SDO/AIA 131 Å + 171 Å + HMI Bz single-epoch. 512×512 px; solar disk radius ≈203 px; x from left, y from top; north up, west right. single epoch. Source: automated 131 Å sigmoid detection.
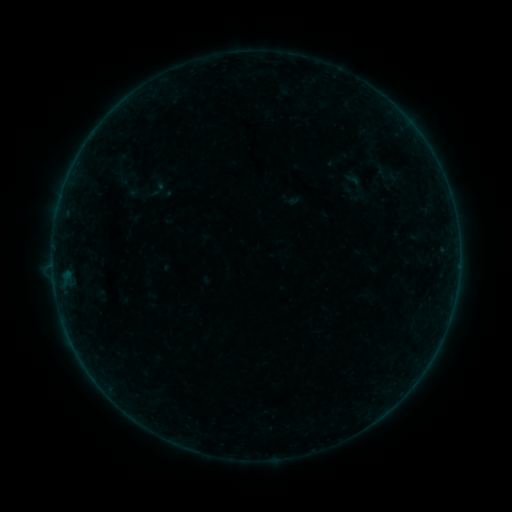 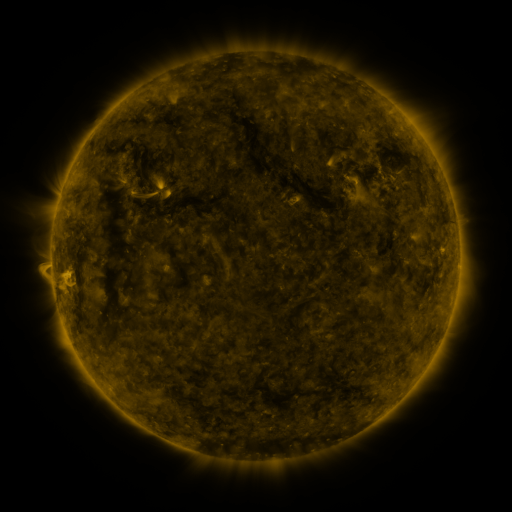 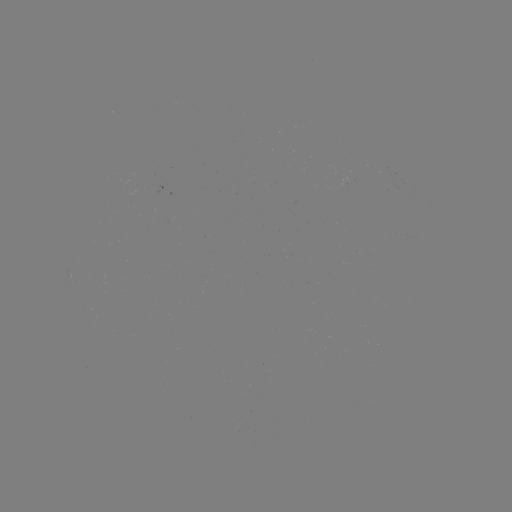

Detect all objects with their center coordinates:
sigmoid: (370, 159, 404, 188)
sigmoid: (340, 169, 366, 192)
